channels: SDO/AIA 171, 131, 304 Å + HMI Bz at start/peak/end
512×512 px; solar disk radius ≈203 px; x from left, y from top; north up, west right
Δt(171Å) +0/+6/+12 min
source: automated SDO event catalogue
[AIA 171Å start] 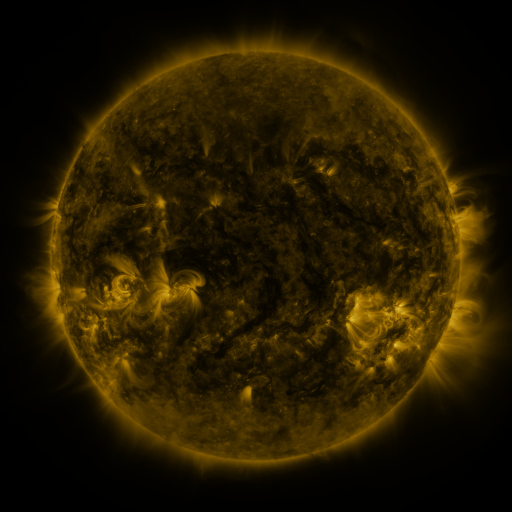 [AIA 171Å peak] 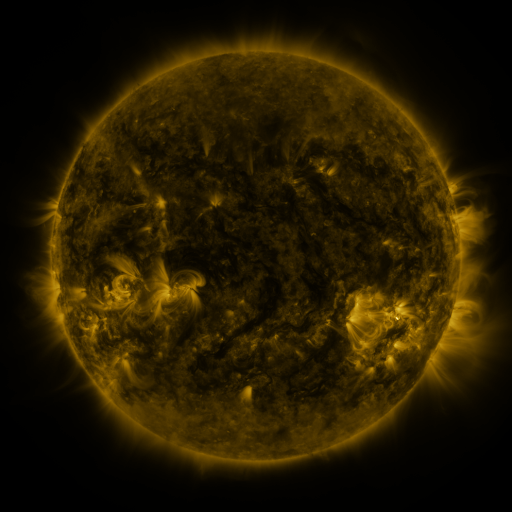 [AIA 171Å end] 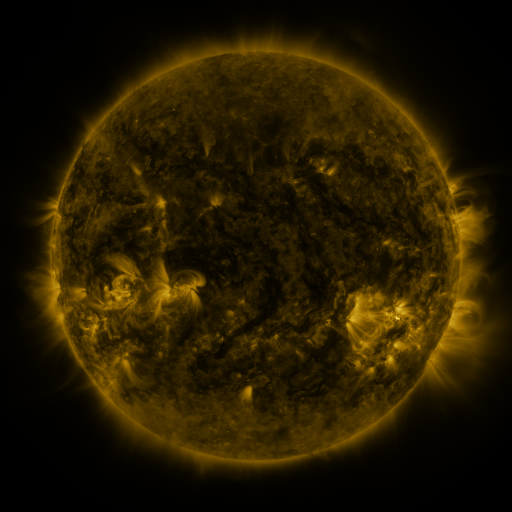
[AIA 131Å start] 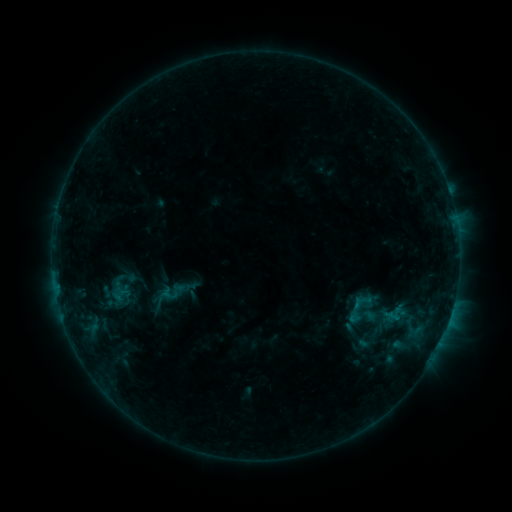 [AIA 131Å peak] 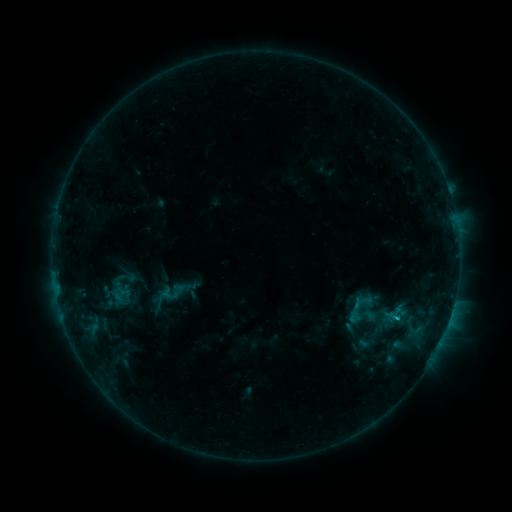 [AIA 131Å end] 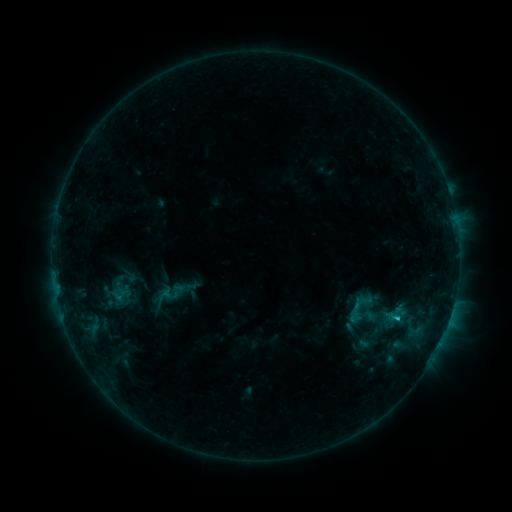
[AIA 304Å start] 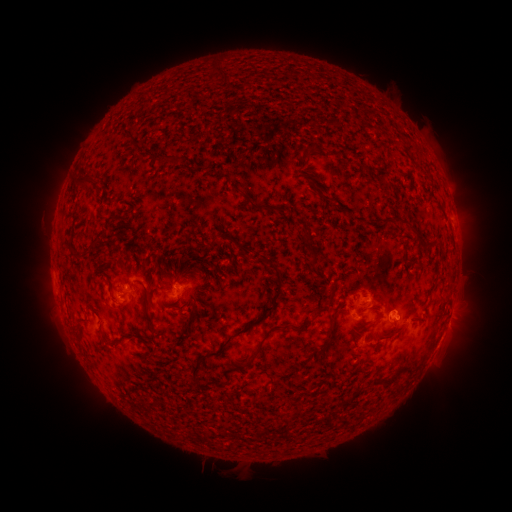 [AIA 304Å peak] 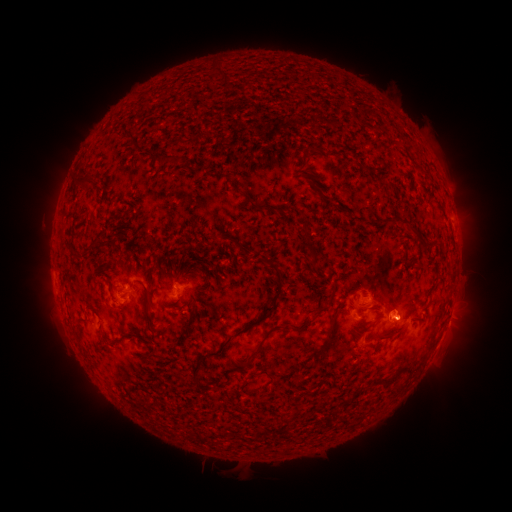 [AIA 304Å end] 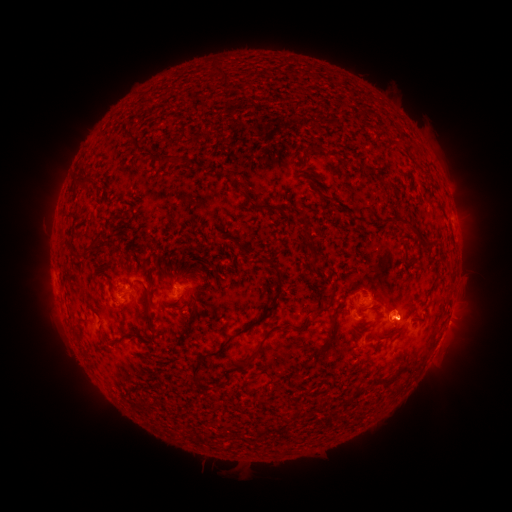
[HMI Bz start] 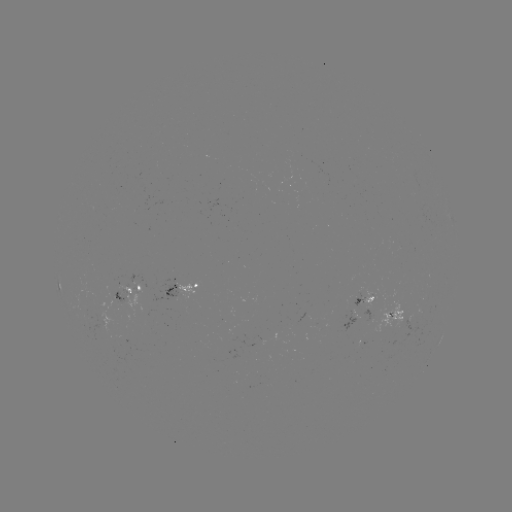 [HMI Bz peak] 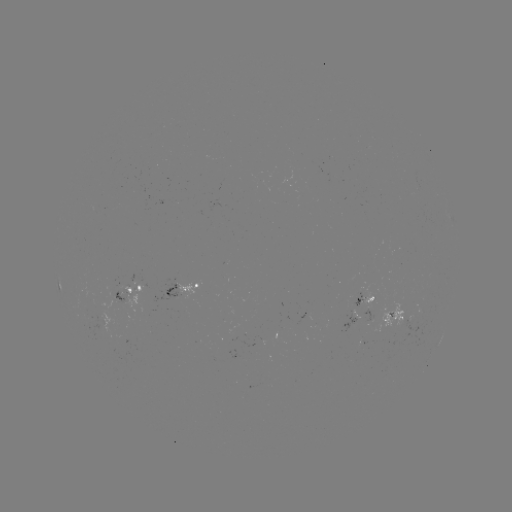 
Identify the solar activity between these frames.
B8.2 flare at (396, 318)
